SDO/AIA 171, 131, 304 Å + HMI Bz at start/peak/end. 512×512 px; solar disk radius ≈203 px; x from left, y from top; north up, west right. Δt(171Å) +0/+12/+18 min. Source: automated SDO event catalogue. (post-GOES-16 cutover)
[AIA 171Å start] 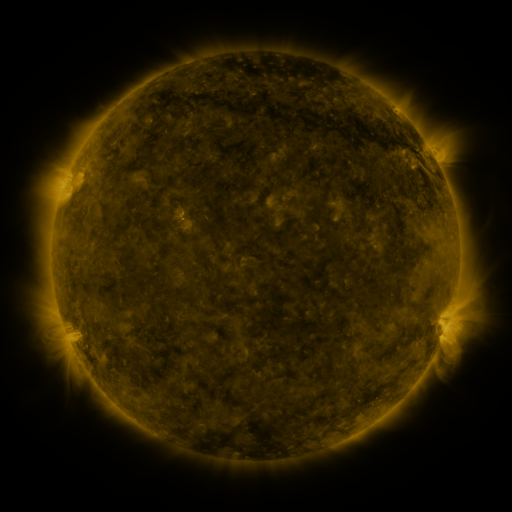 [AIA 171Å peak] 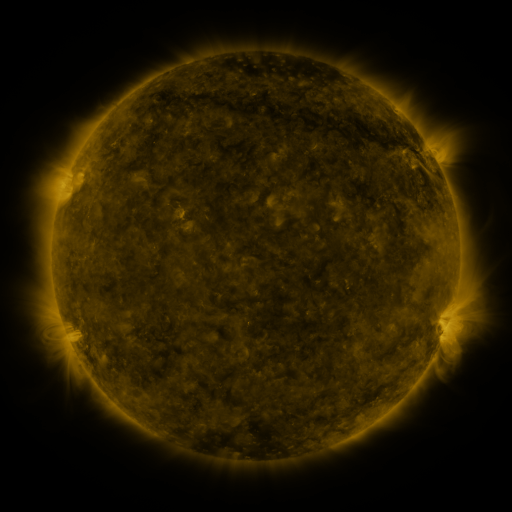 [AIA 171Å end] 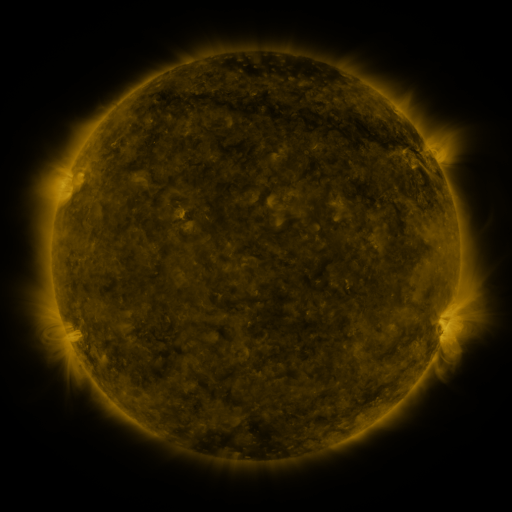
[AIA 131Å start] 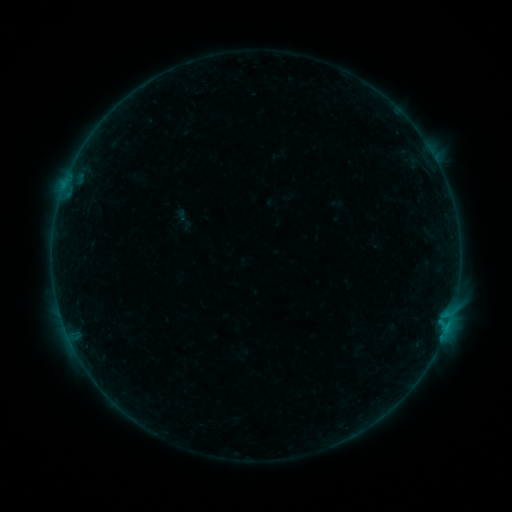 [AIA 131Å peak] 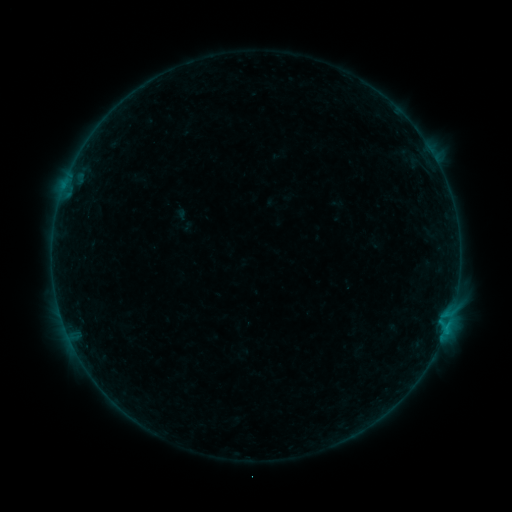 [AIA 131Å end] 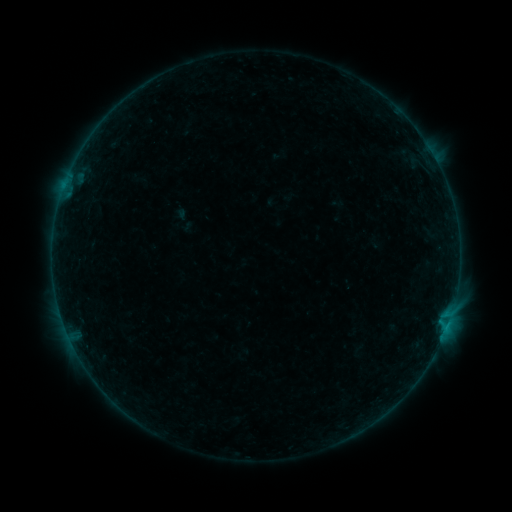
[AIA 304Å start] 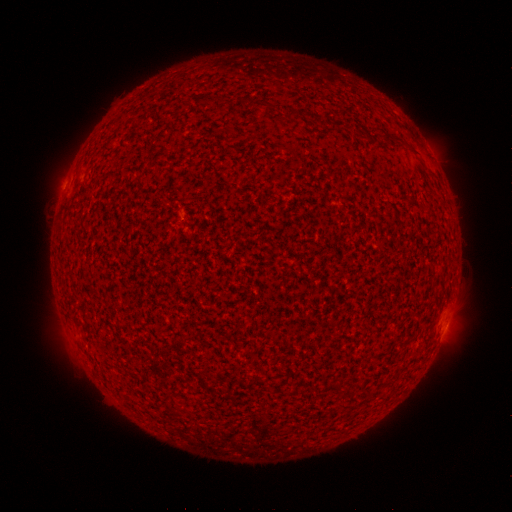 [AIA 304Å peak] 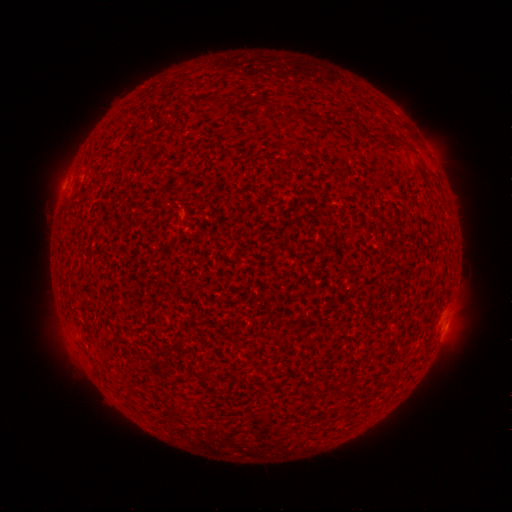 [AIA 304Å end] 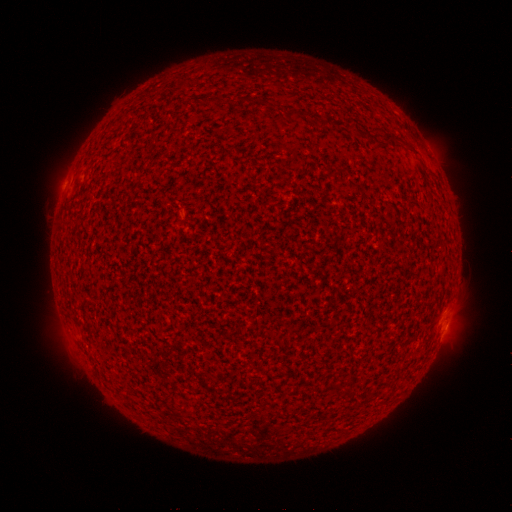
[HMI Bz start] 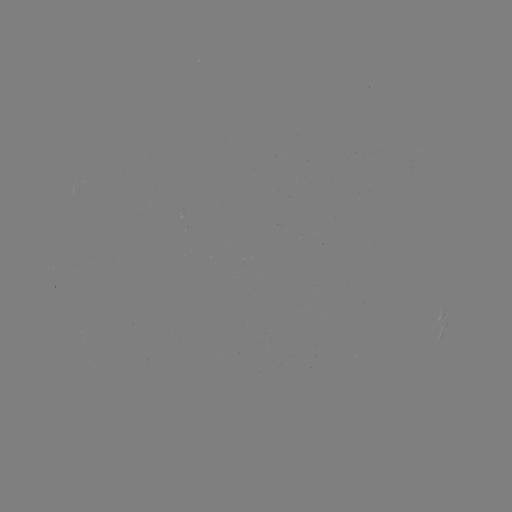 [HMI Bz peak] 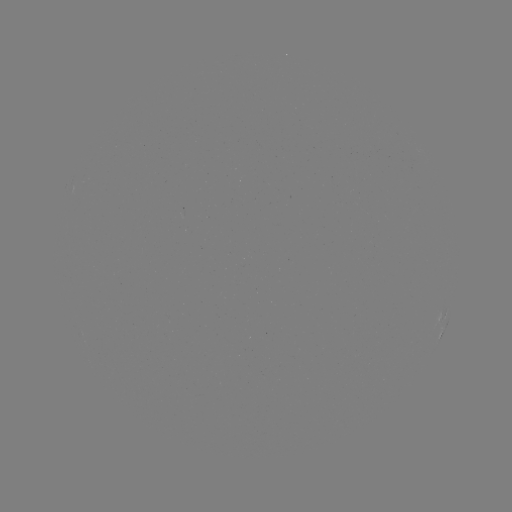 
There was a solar flare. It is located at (445, 329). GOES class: B1.9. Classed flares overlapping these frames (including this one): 1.